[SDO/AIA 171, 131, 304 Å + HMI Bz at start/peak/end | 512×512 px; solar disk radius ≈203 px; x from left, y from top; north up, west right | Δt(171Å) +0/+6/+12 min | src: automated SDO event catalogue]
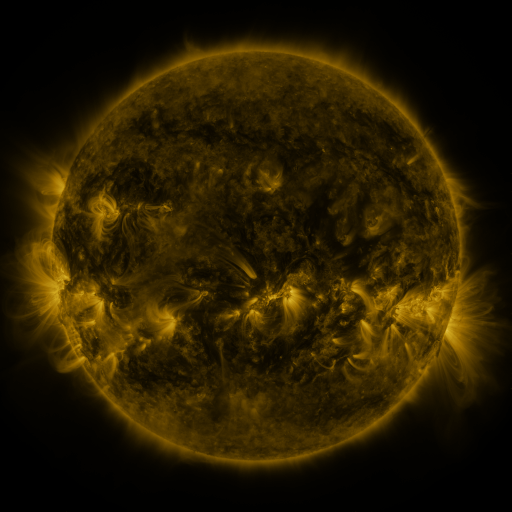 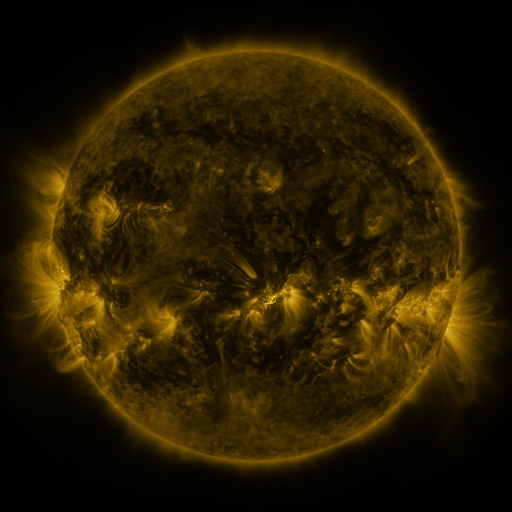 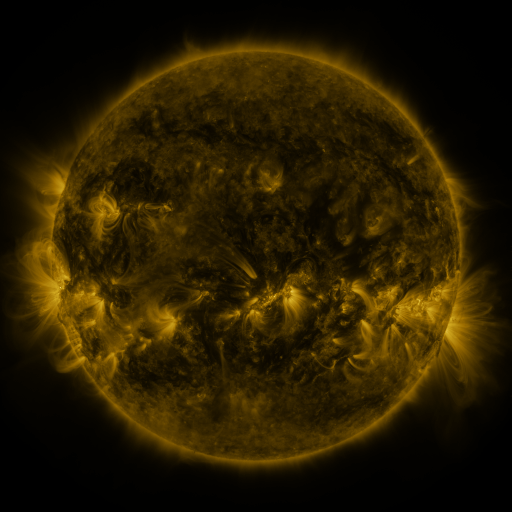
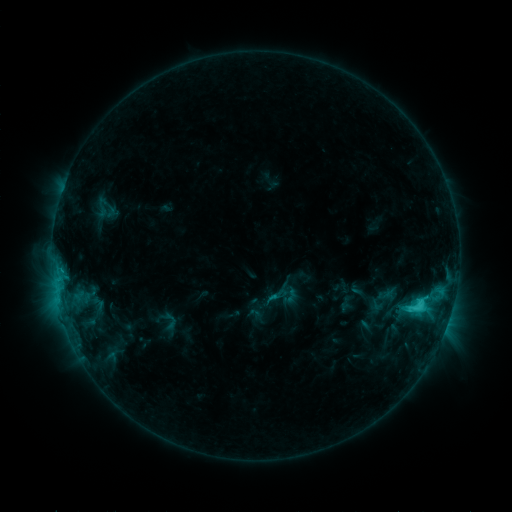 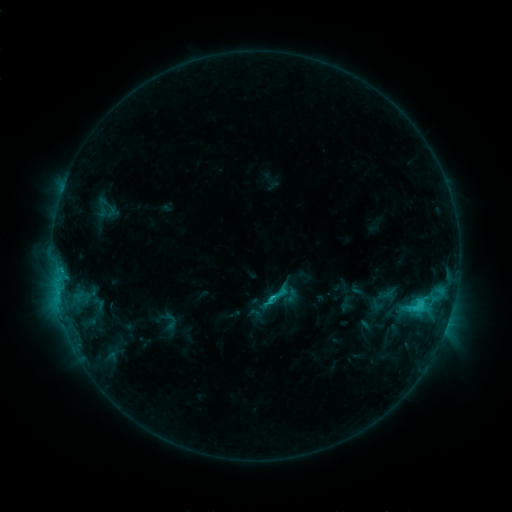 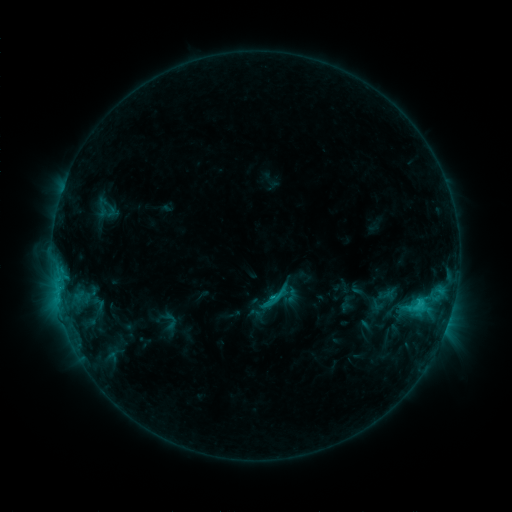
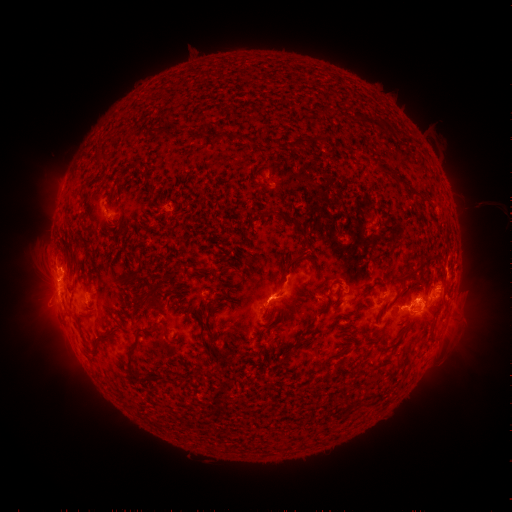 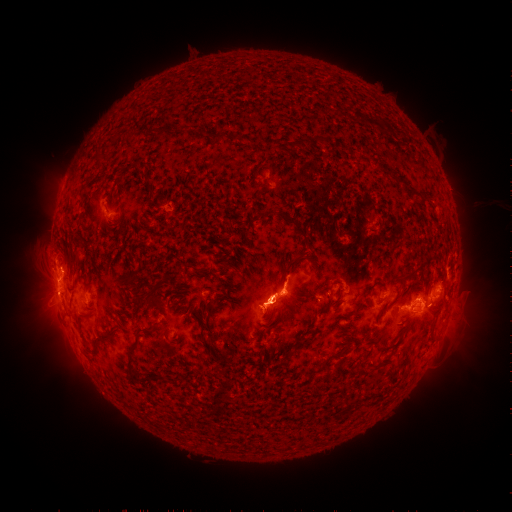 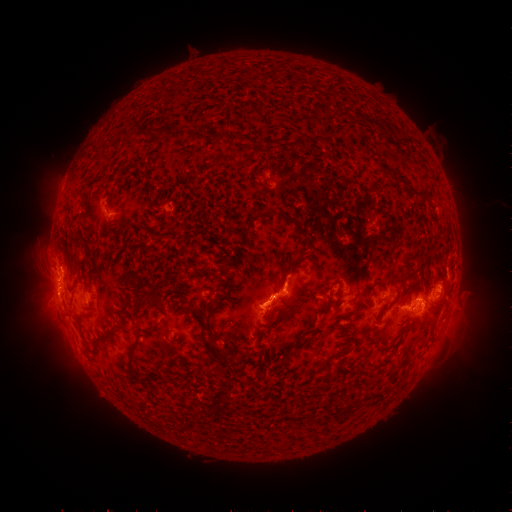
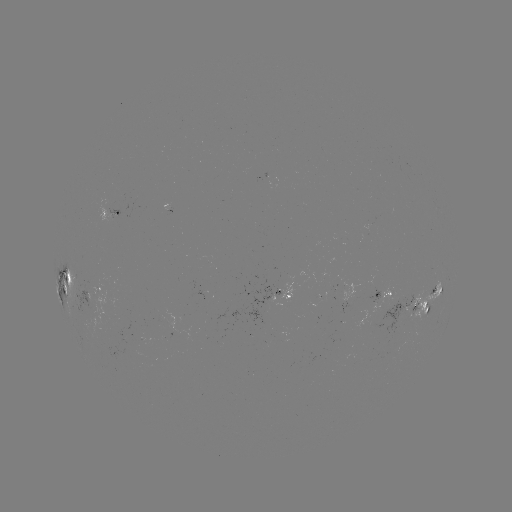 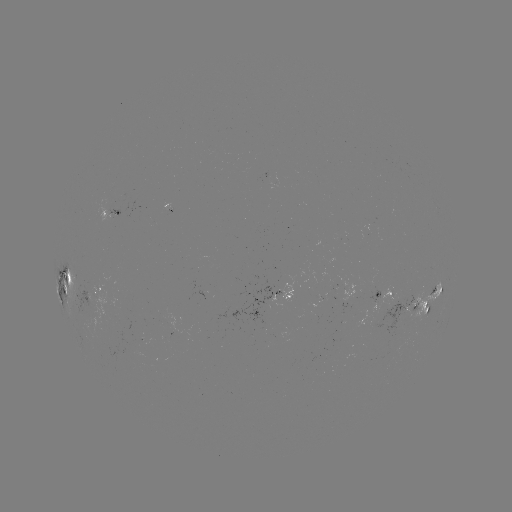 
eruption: <bbox>224, 249, 313, 336</bbox>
